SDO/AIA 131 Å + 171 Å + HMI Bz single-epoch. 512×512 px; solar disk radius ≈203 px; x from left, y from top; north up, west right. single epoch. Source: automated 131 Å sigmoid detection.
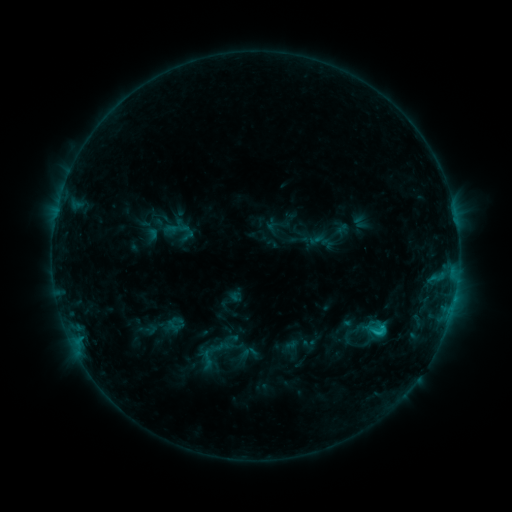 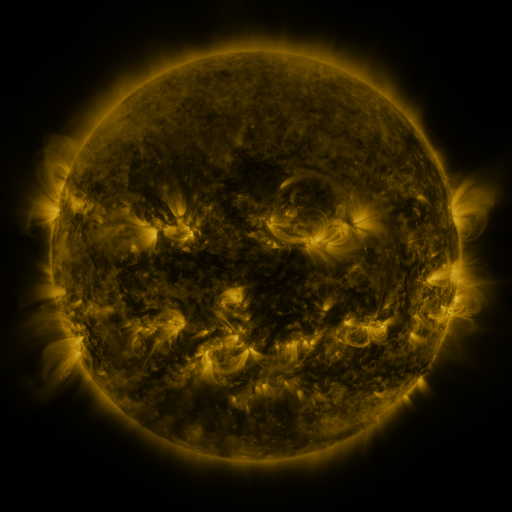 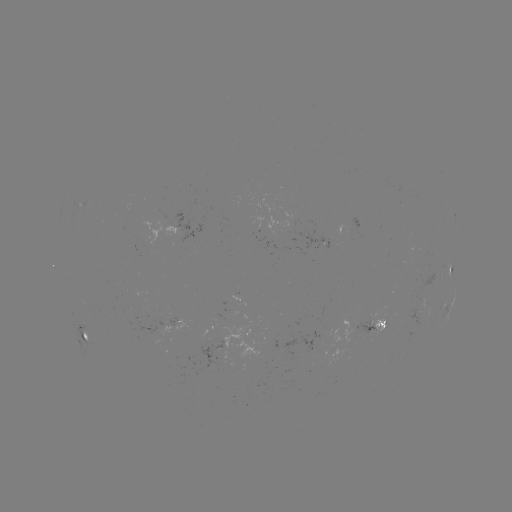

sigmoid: [194, 349, 220, 371]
